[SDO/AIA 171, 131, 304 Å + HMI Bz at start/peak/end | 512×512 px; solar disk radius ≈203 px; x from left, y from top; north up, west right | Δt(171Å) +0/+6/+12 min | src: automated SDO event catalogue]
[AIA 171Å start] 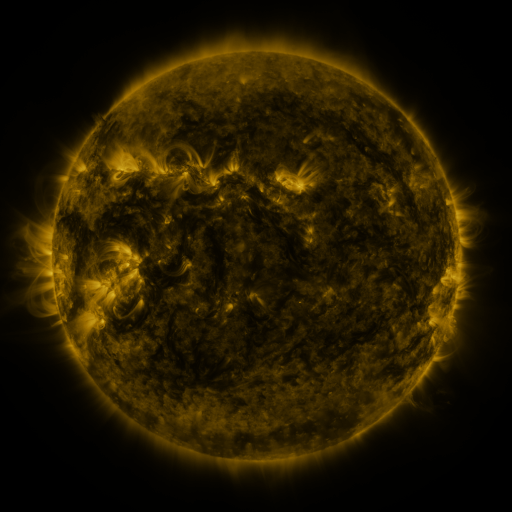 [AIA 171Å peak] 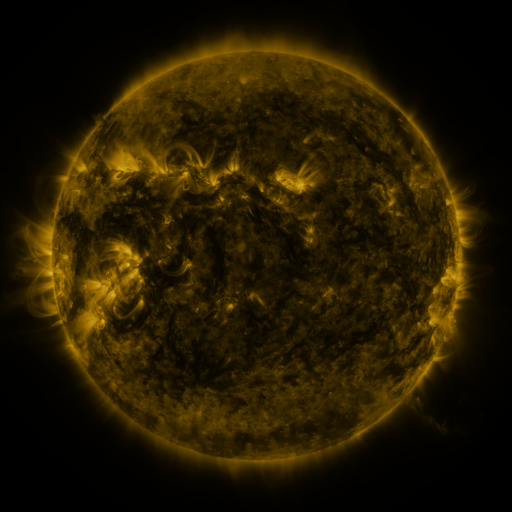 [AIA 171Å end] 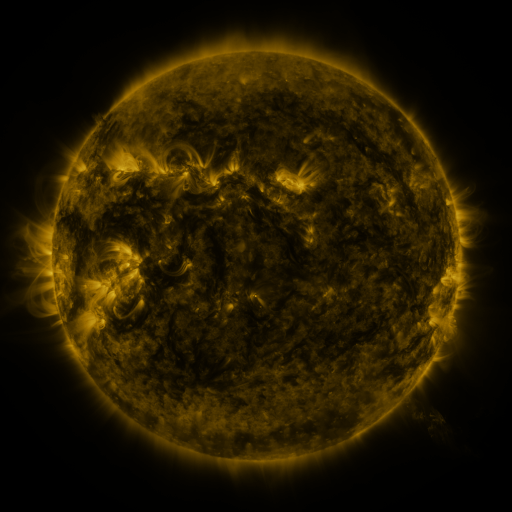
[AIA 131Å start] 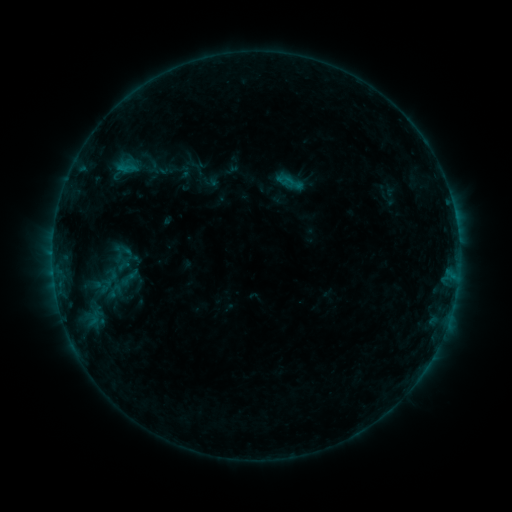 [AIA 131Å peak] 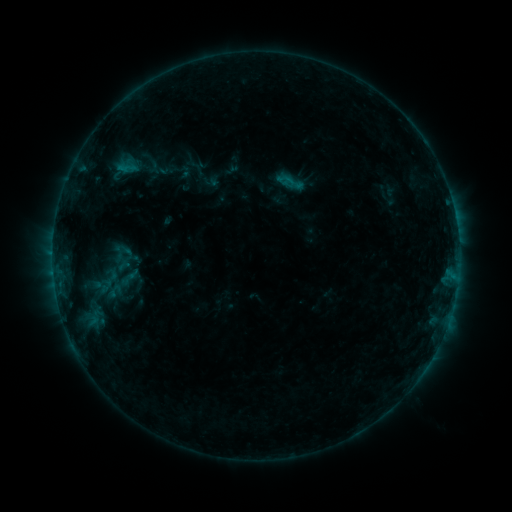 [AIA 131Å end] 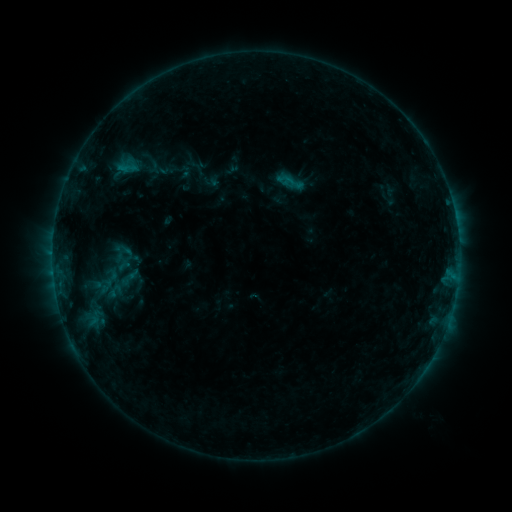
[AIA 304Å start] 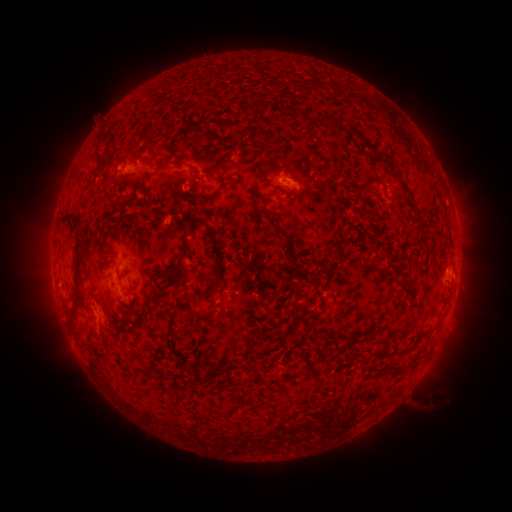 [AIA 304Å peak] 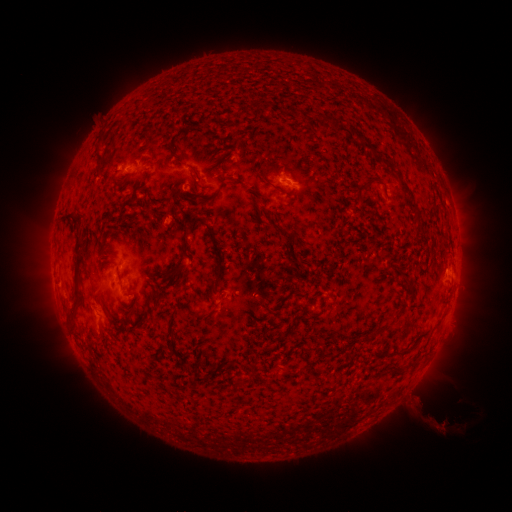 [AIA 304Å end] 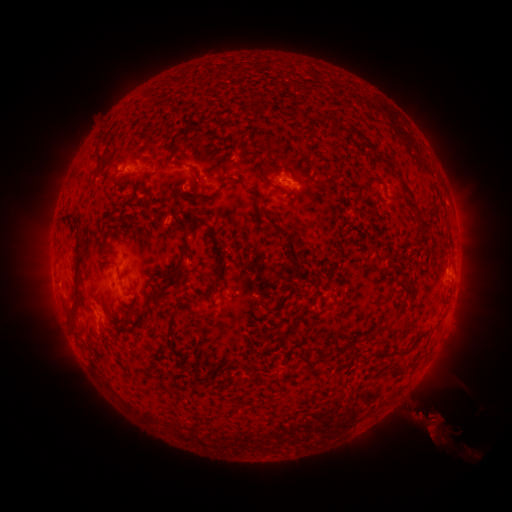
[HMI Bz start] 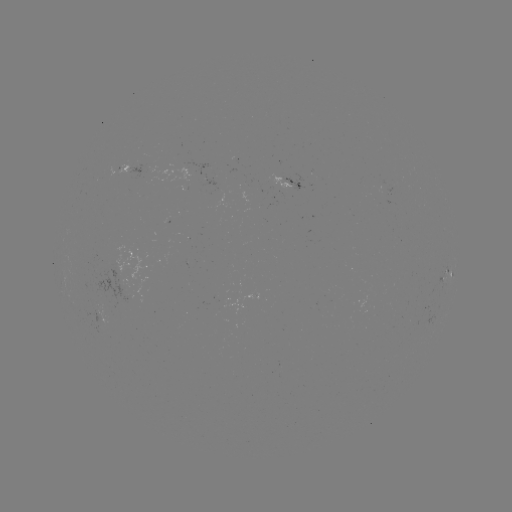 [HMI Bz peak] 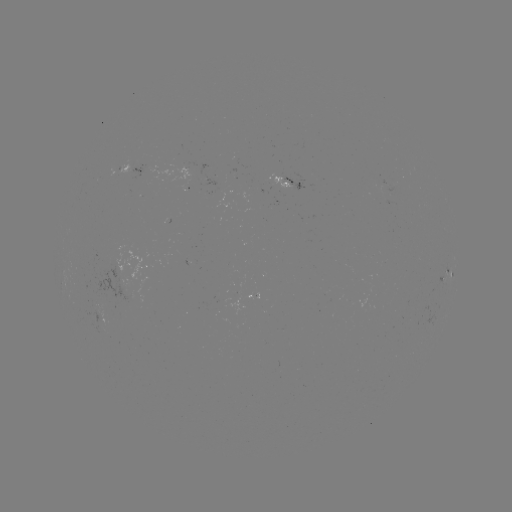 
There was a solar eruption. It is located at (427, 408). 